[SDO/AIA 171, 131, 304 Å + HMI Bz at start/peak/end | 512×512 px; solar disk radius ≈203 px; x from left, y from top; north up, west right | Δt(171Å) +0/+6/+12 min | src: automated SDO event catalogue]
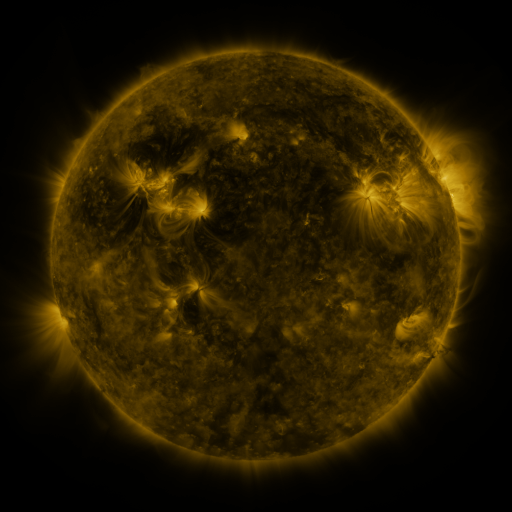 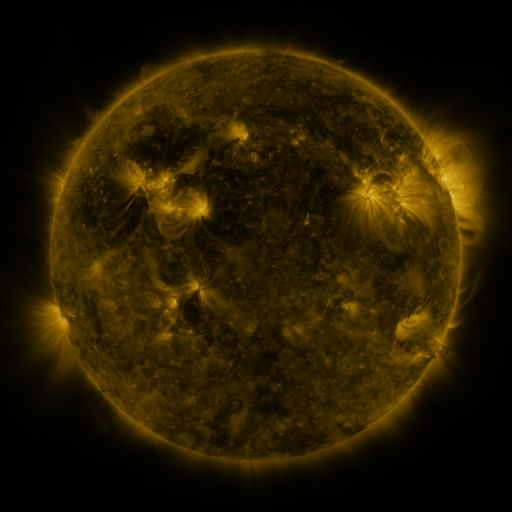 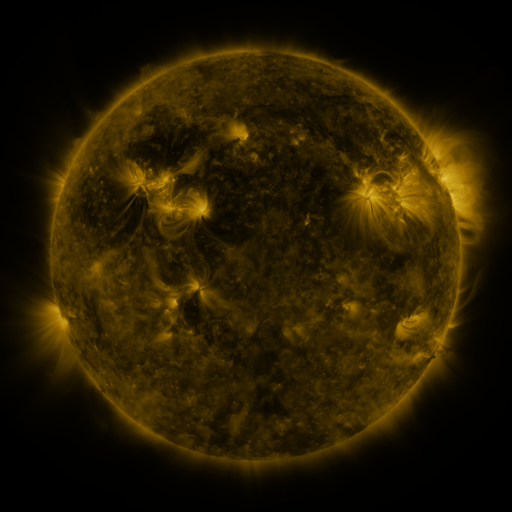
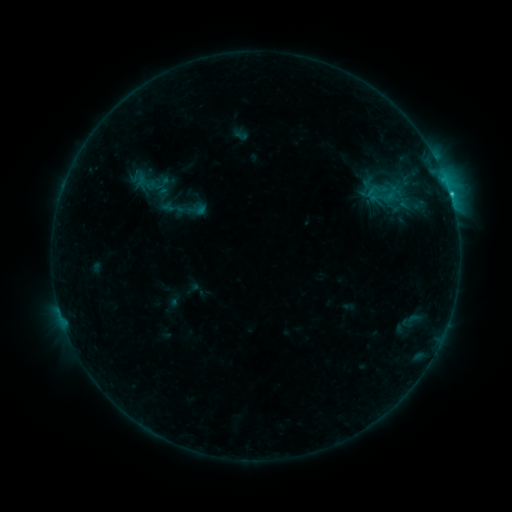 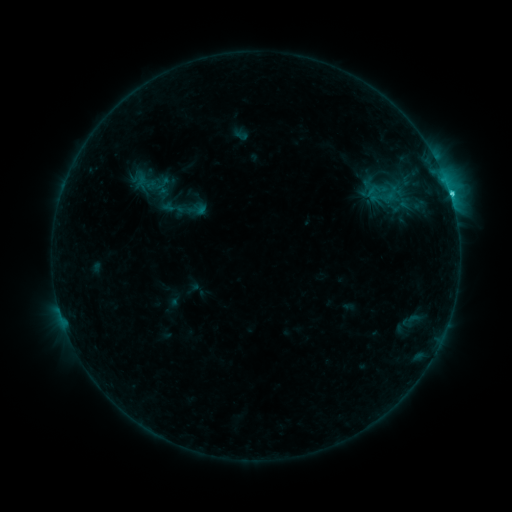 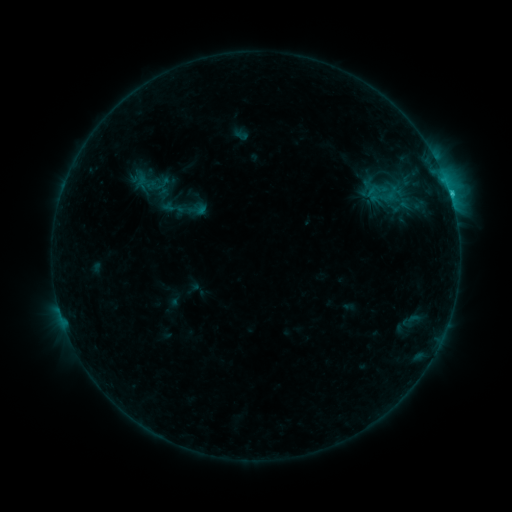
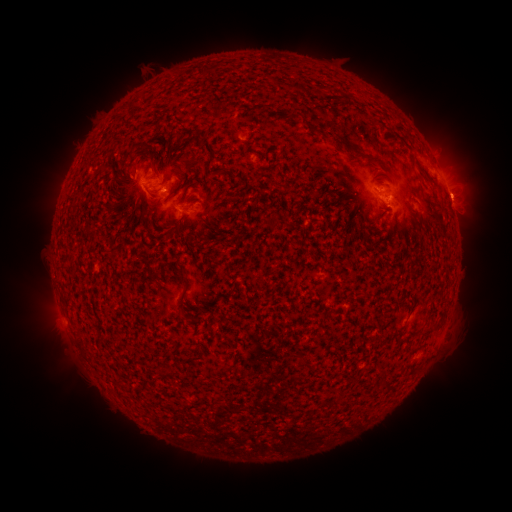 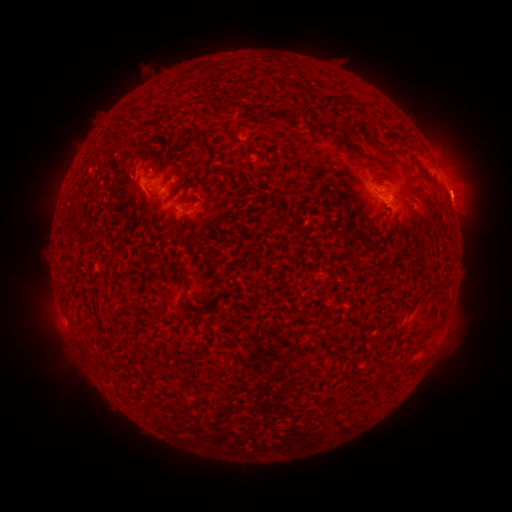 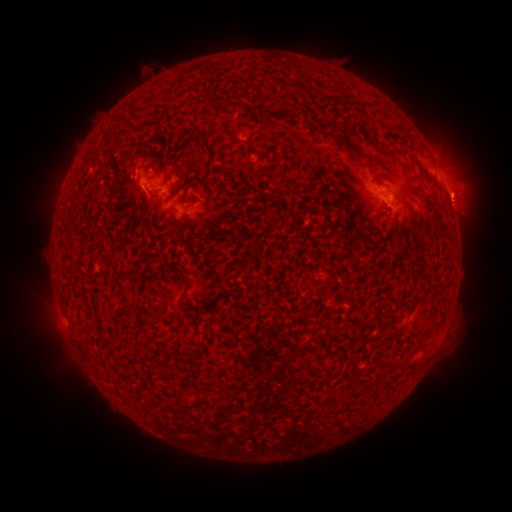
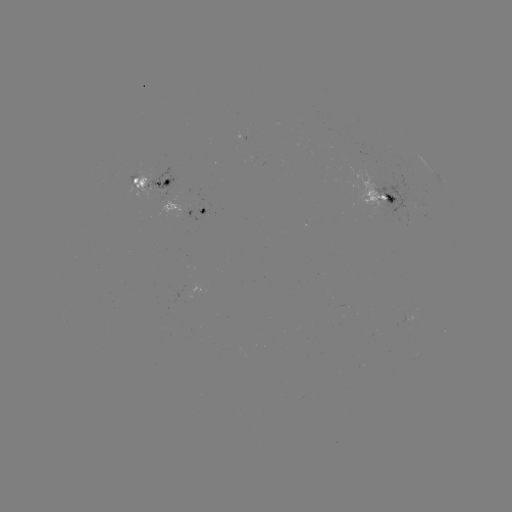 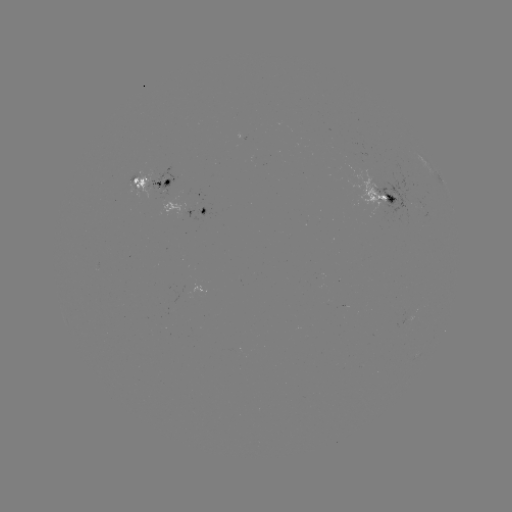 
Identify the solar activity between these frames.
C1.7 flare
